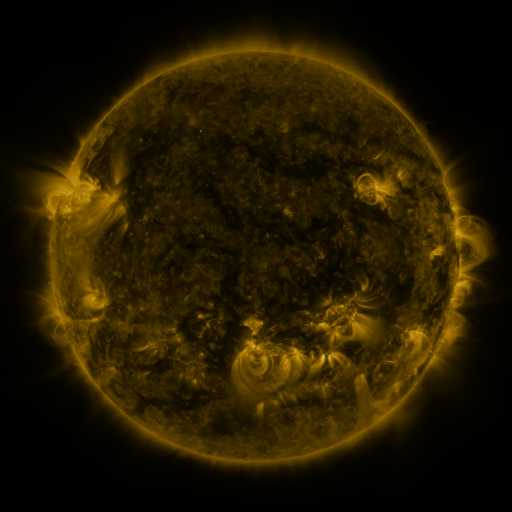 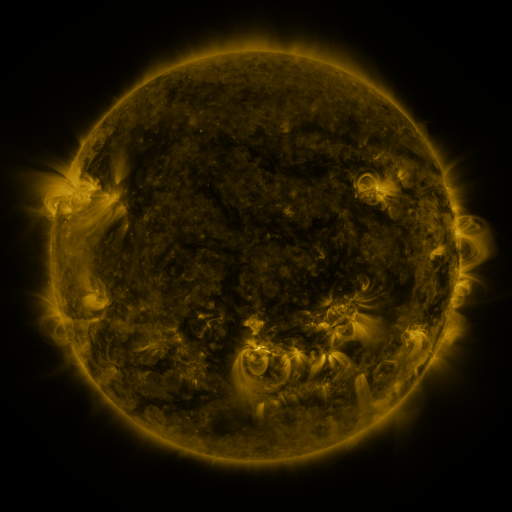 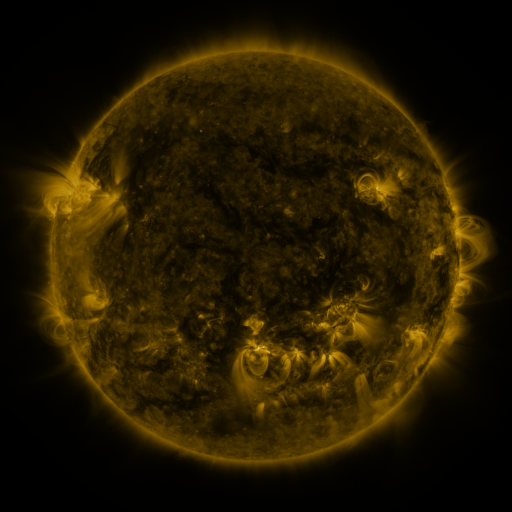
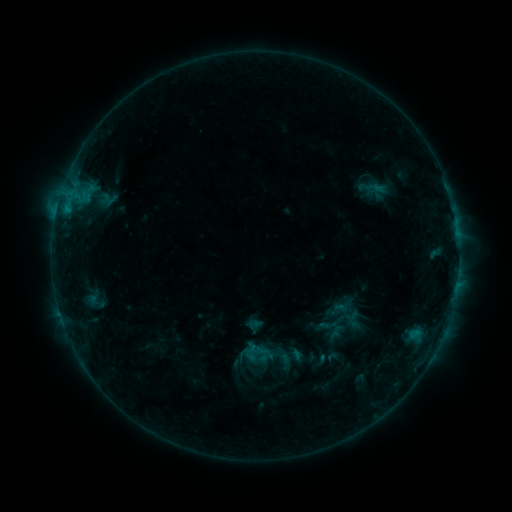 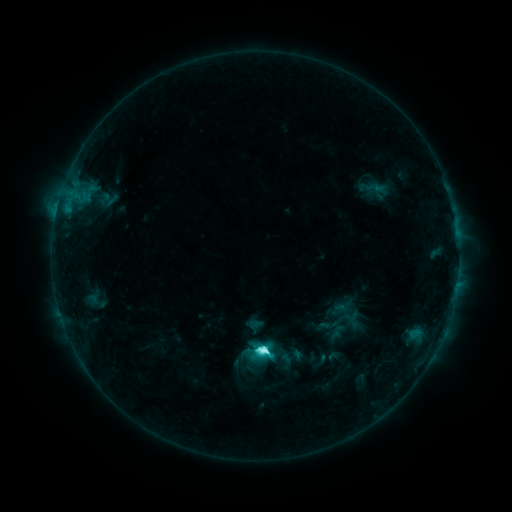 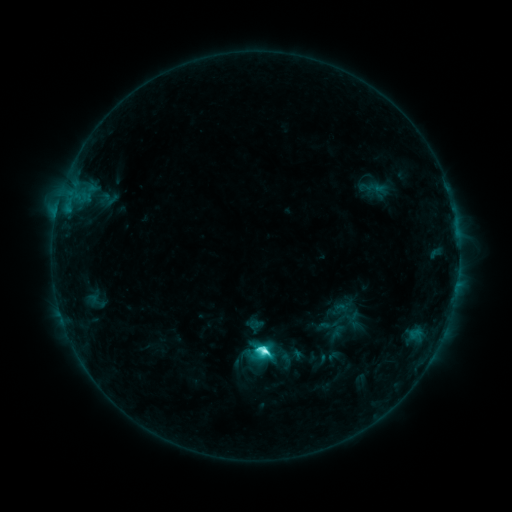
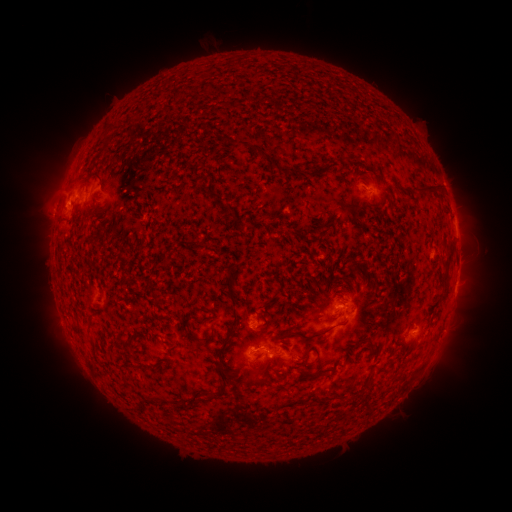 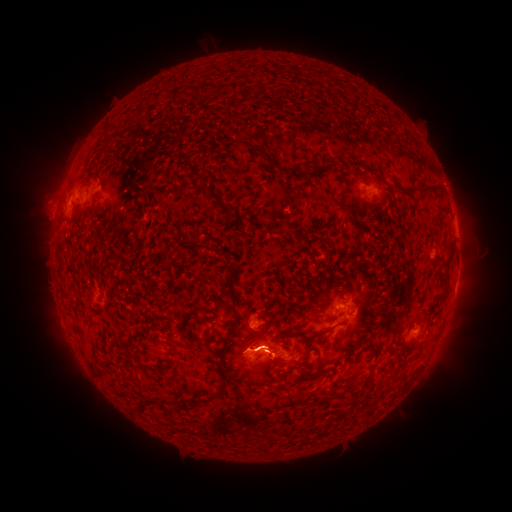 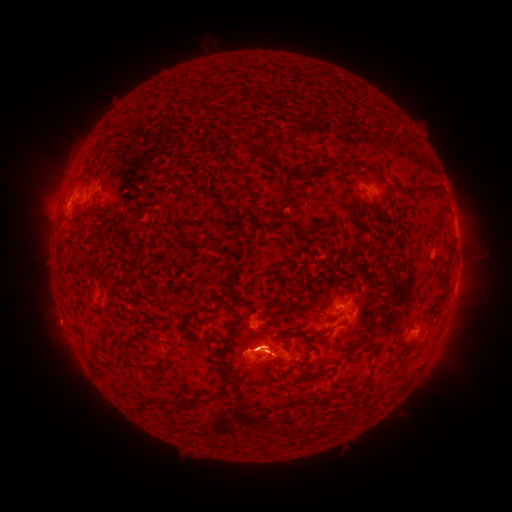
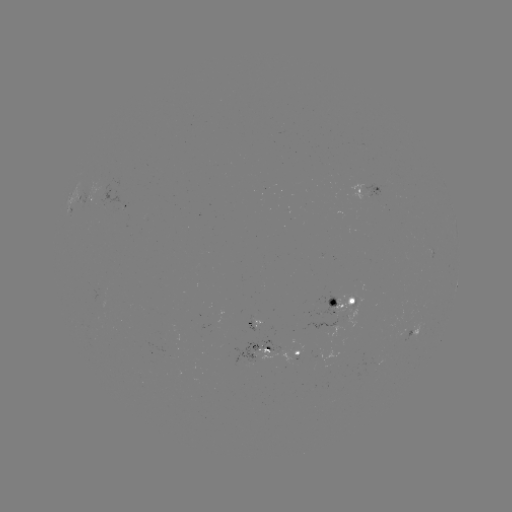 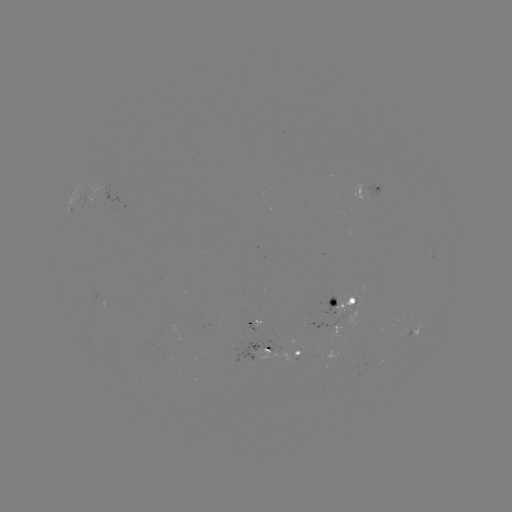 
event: flare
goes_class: C8.0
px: (262, 348)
